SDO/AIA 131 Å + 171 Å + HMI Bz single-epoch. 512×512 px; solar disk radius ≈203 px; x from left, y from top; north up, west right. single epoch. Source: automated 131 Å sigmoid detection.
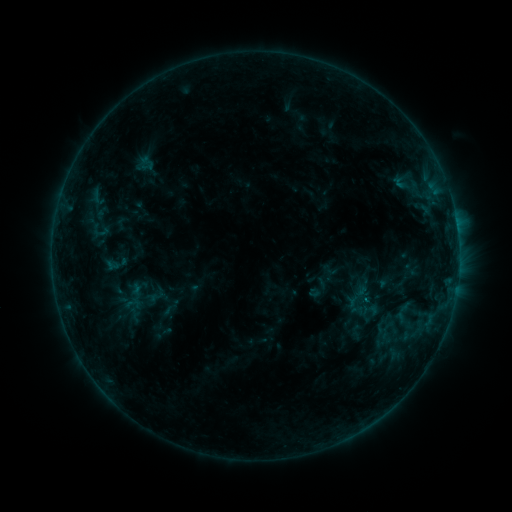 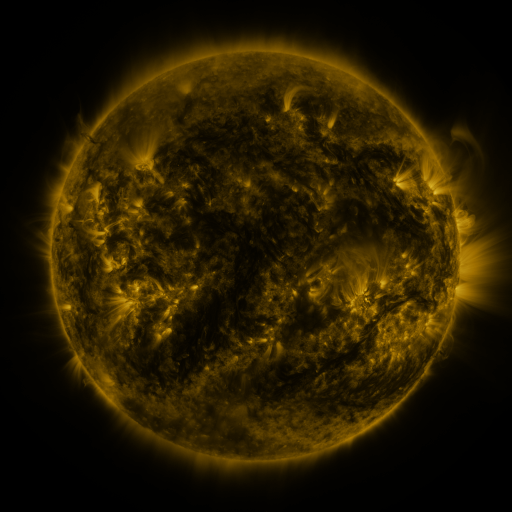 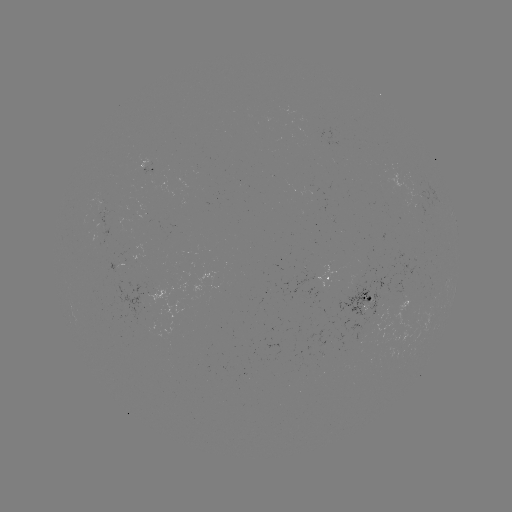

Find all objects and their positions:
sigmoid: (147, 163)
sigmoid: (101, 232)
